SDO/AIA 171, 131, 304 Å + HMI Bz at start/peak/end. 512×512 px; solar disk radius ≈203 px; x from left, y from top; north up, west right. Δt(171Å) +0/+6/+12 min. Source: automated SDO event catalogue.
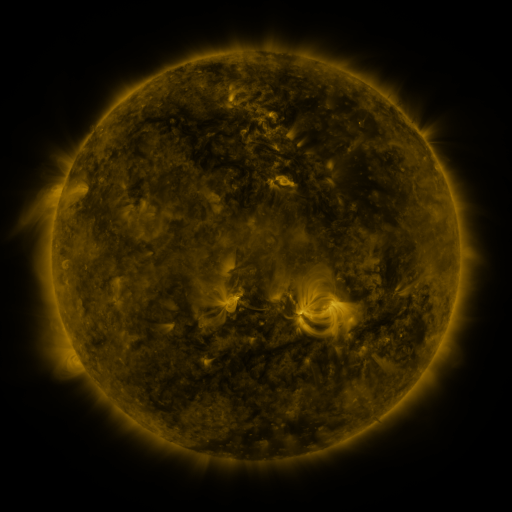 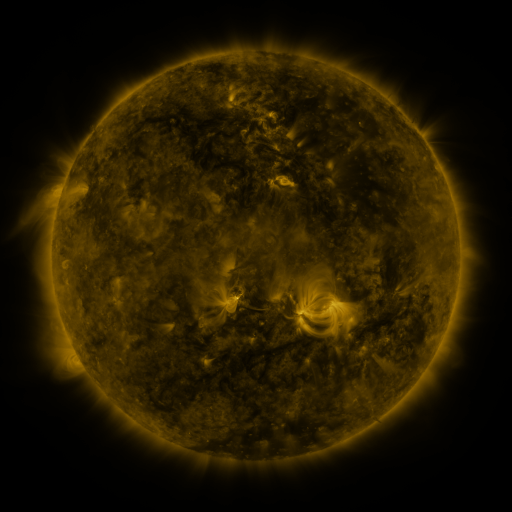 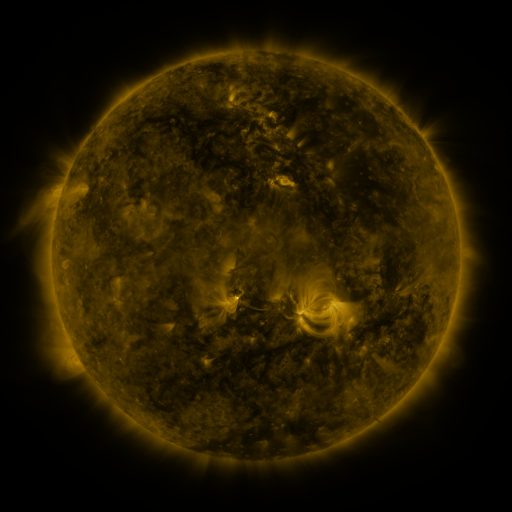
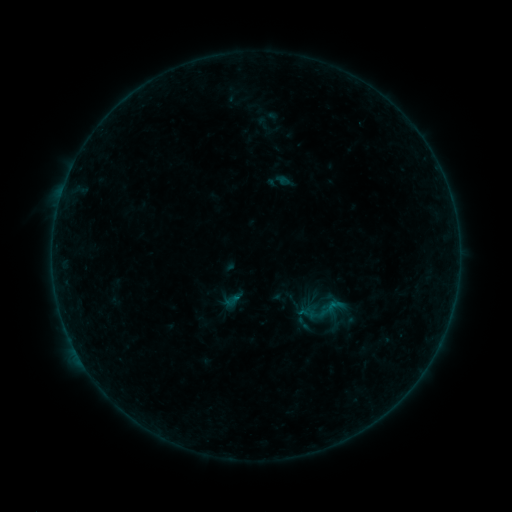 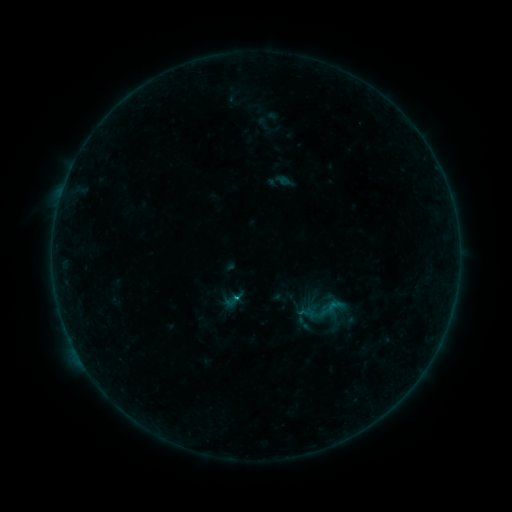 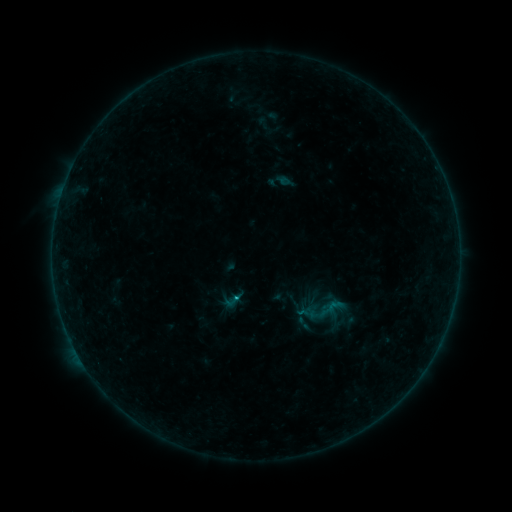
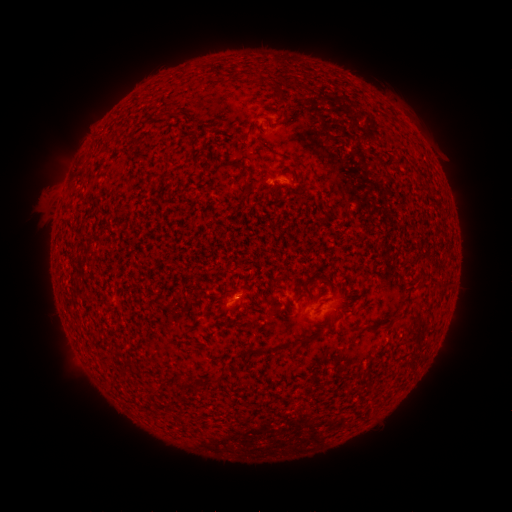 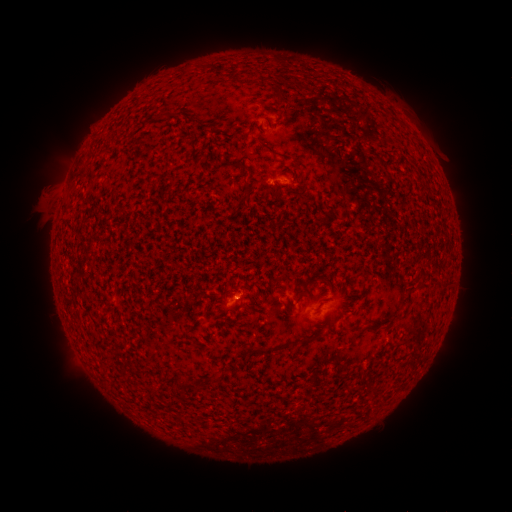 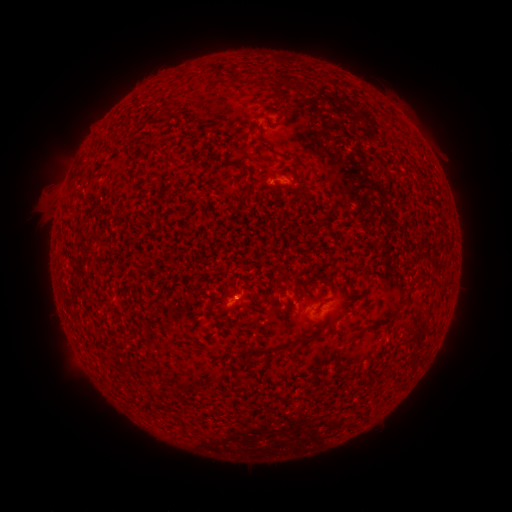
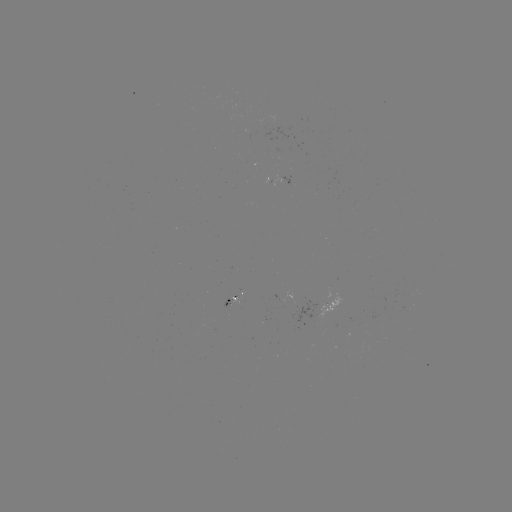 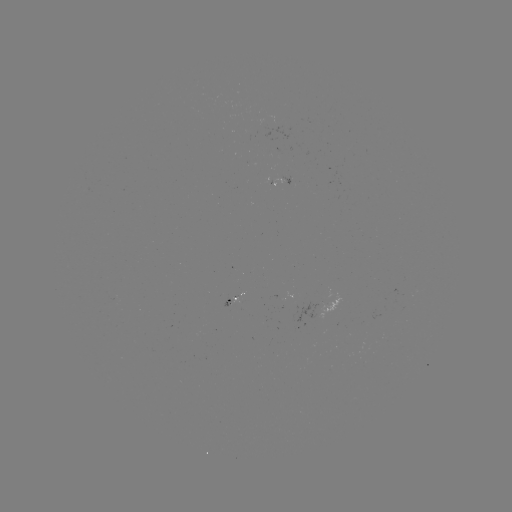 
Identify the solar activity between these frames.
B2.7 flare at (239, 297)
